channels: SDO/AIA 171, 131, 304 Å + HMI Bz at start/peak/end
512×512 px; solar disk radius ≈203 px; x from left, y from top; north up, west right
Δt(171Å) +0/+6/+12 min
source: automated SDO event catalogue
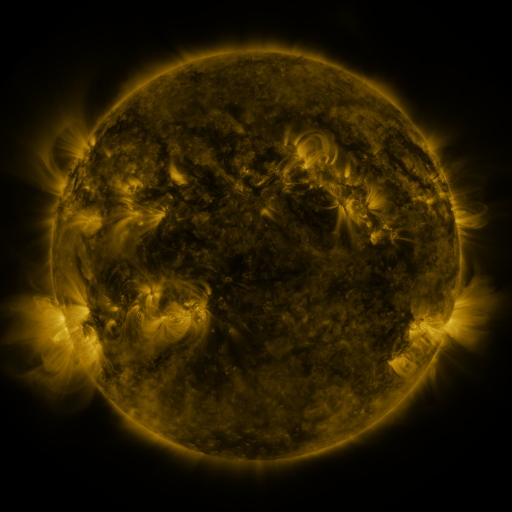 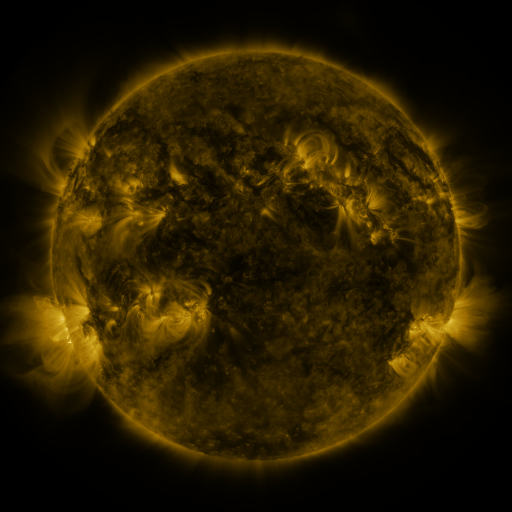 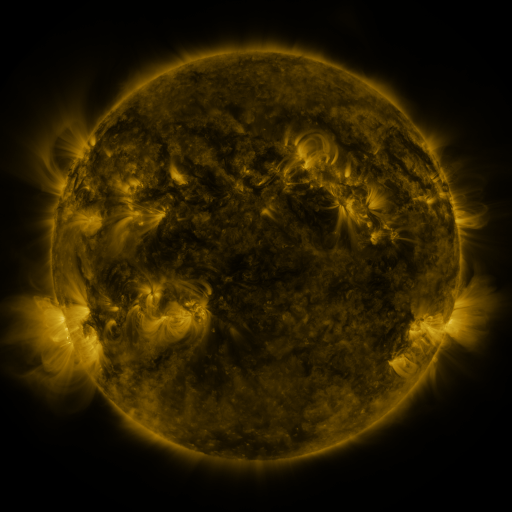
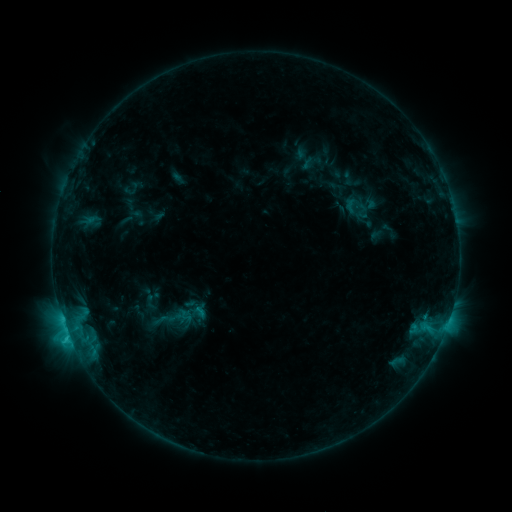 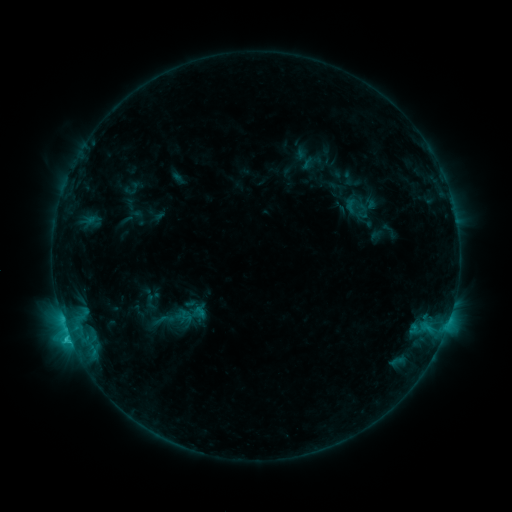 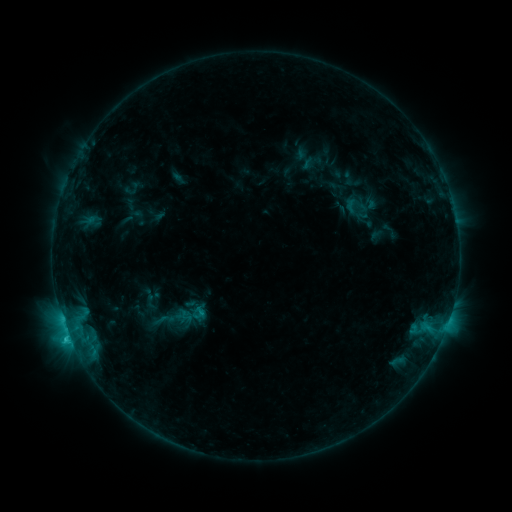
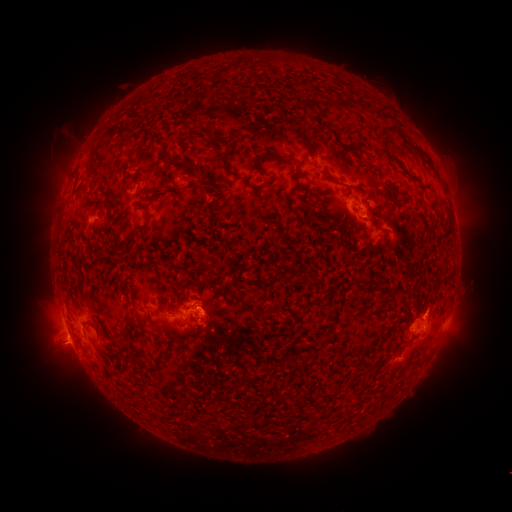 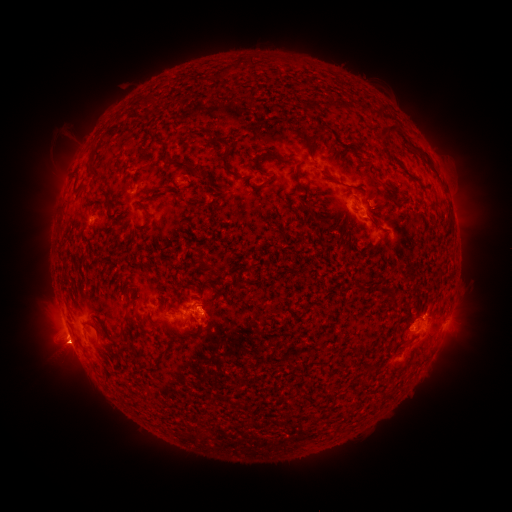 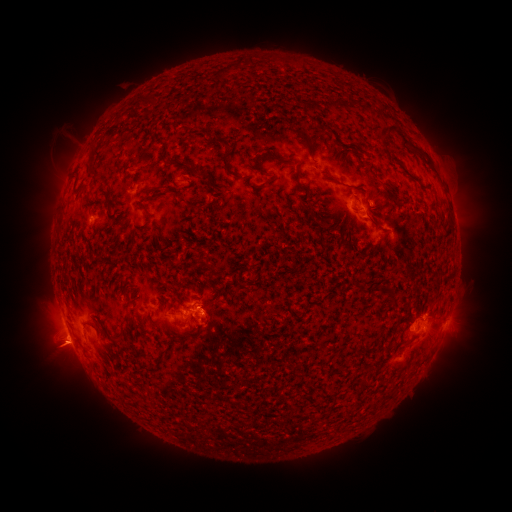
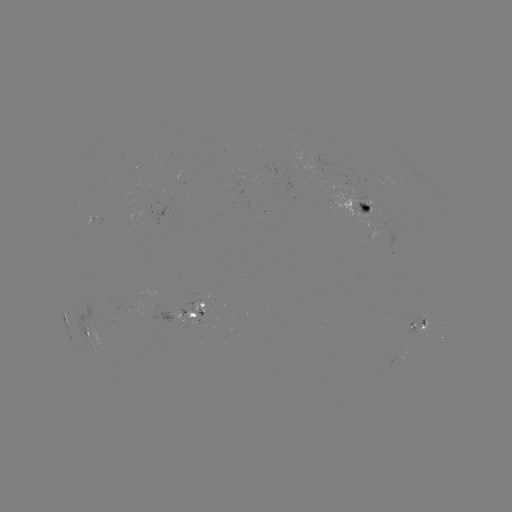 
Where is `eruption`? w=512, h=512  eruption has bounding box [30, 324, 84, 377].